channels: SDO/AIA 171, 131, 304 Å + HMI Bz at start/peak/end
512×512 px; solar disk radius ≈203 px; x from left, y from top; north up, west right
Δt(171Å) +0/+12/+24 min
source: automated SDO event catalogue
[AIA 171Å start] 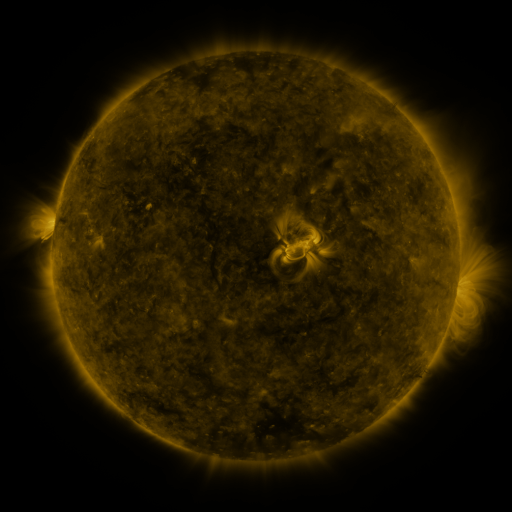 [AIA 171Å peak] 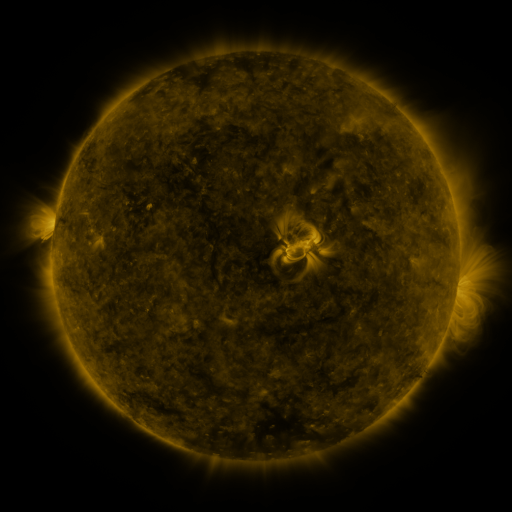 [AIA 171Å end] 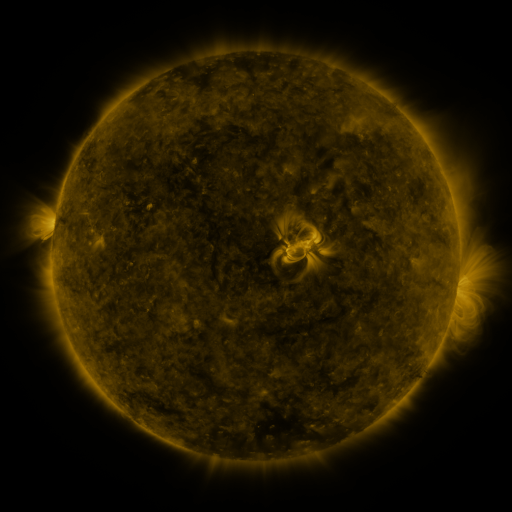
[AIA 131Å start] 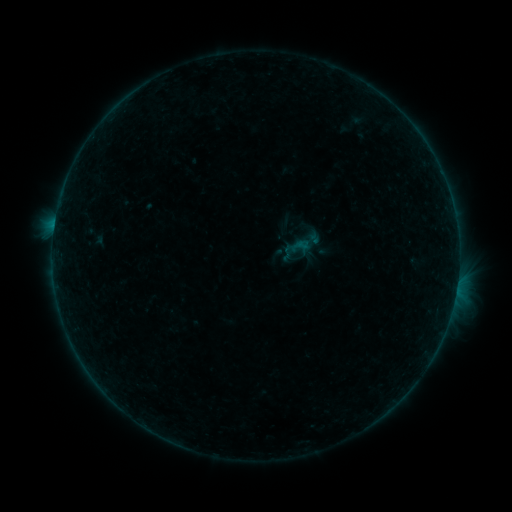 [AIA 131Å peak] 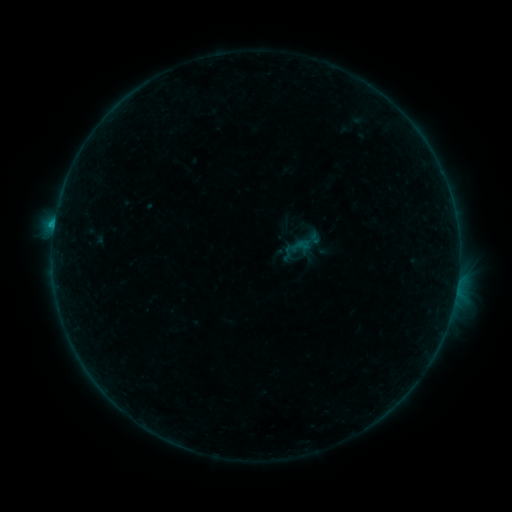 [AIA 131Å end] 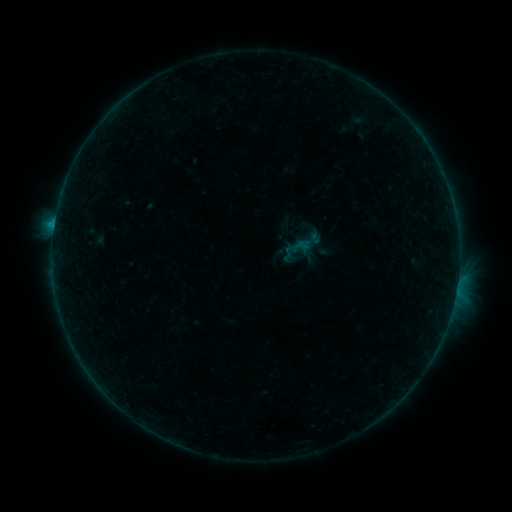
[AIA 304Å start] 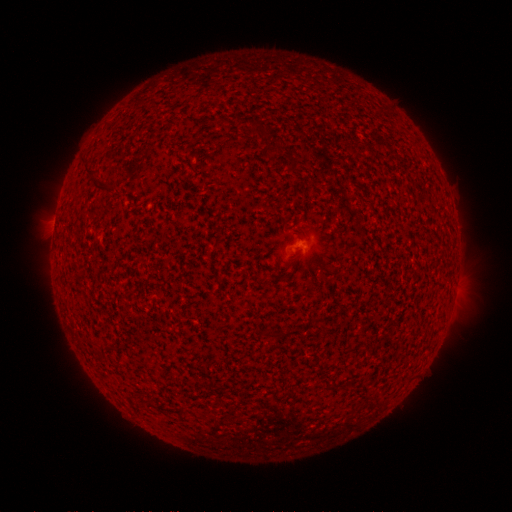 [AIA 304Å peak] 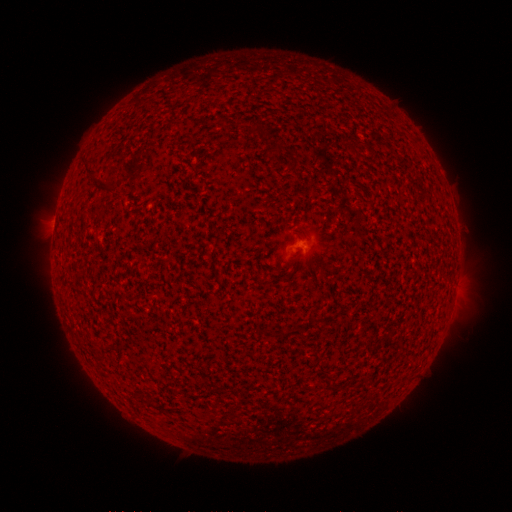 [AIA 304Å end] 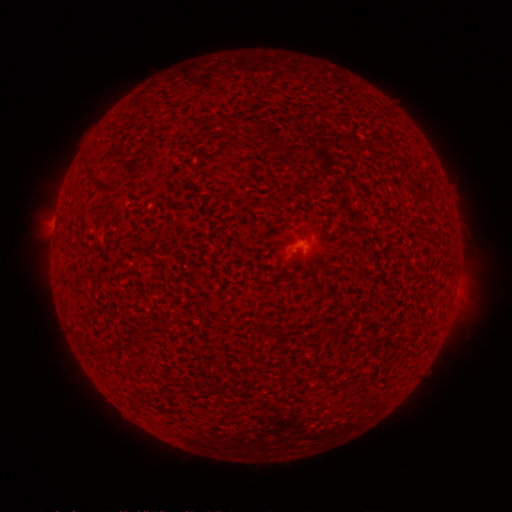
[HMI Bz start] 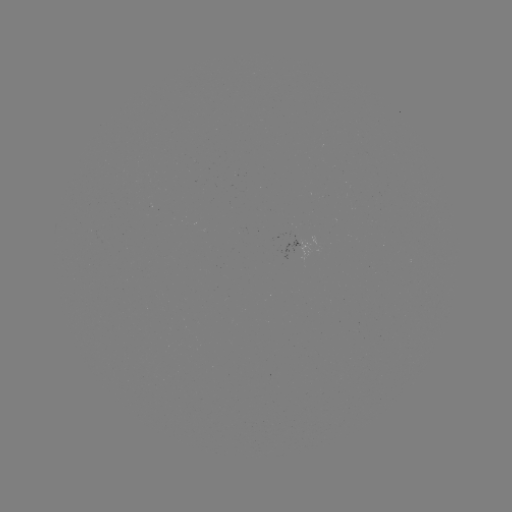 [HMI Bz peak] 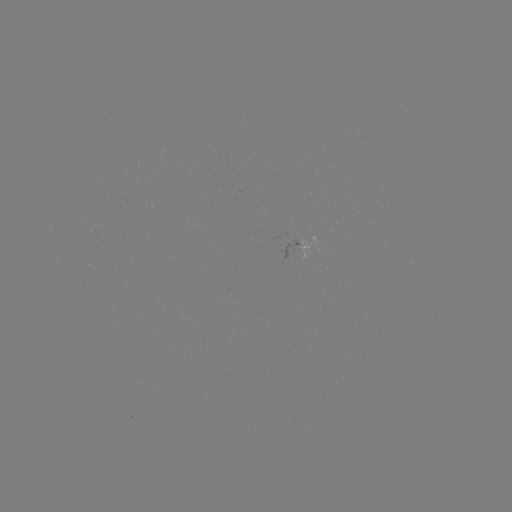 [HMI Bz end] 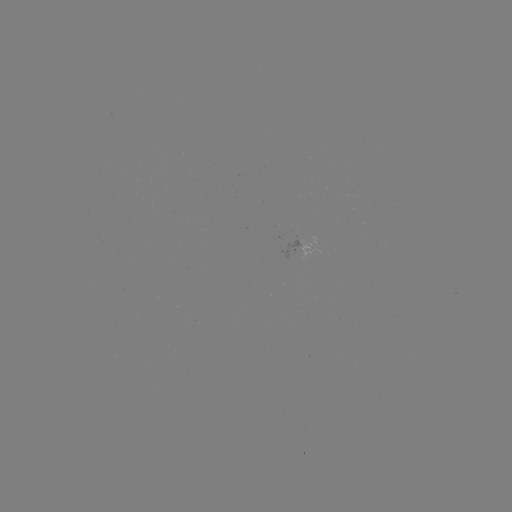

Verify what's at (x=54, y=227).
B3.1 flare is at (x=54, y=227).